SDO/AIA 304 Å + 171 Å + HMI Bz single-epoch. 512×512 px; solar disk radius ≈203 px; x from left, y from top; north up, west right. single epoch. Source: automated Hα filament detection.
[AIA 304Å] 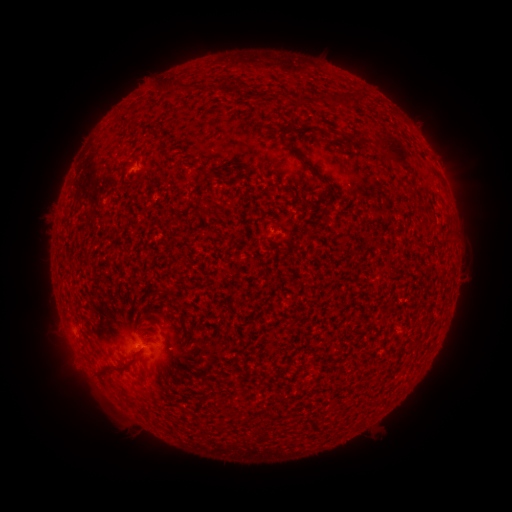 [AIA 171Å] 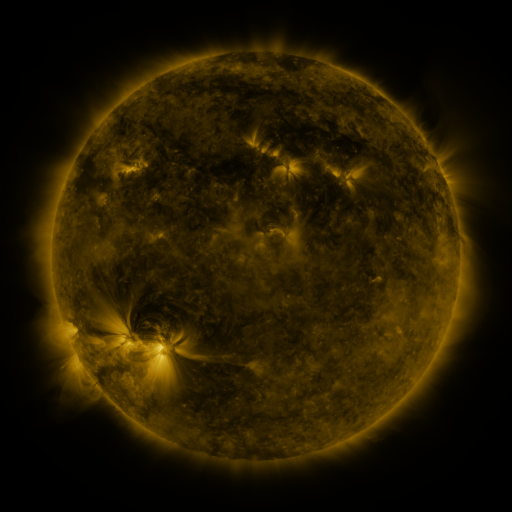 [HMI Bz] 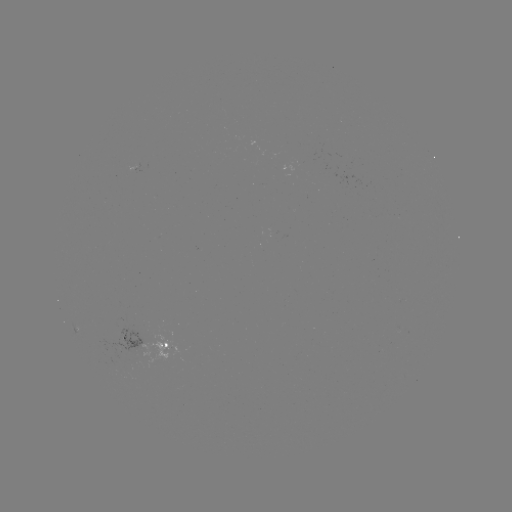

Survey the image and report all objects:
filament: (166, 85)
filament: (188, 87)
filament: (360, 98)
filament: (303, 99)
filament: (321, 99)
filament: (333, 99)
filament: (289, 126)
filament: (395, 153)
filament: (309, 165)
filament: (126, 365)
